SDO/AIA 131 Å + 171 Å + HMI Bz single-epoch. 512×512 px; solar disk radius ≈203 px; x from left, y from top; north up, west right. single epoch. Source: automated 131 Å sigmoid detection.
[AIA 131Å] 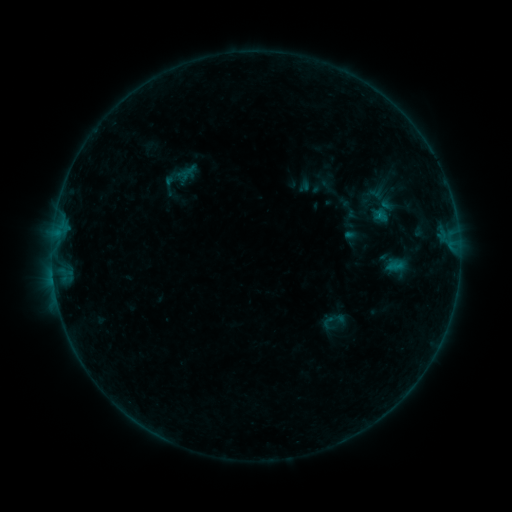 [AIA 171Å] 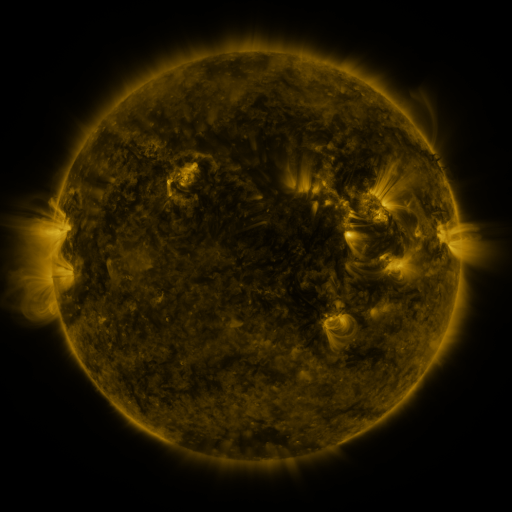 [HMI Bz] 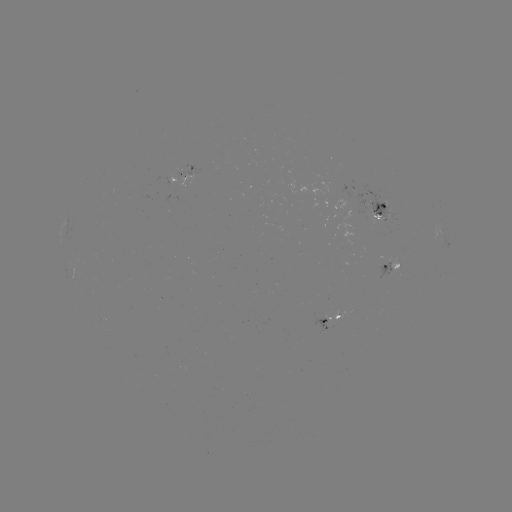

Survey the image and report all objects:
sigmoid: (321, 311, 339, 331)
